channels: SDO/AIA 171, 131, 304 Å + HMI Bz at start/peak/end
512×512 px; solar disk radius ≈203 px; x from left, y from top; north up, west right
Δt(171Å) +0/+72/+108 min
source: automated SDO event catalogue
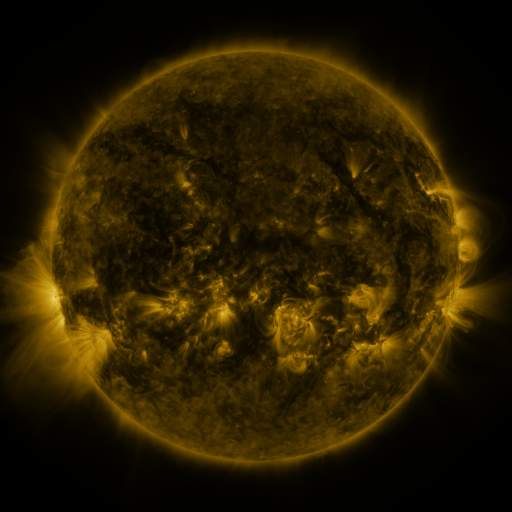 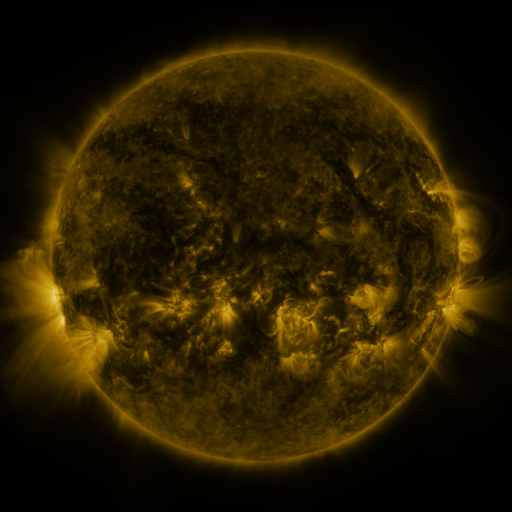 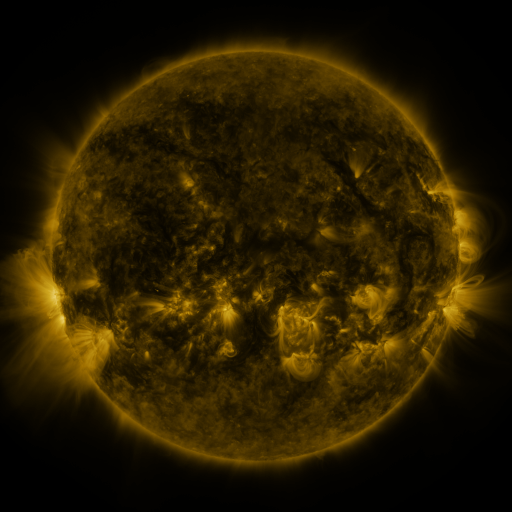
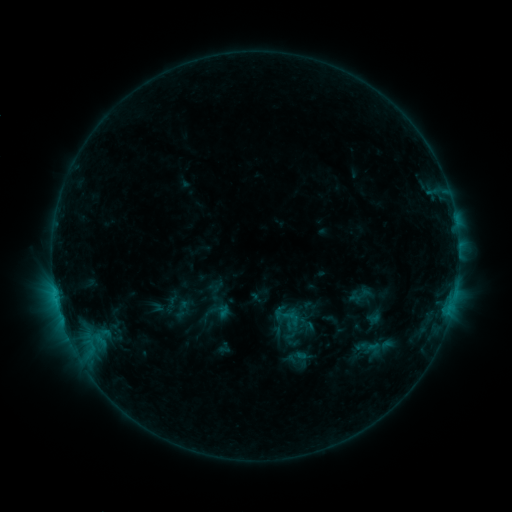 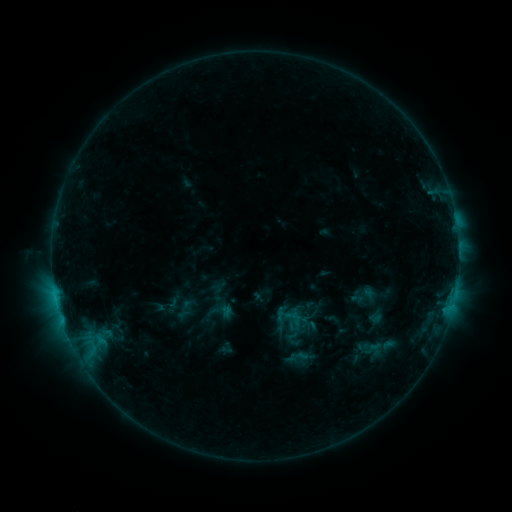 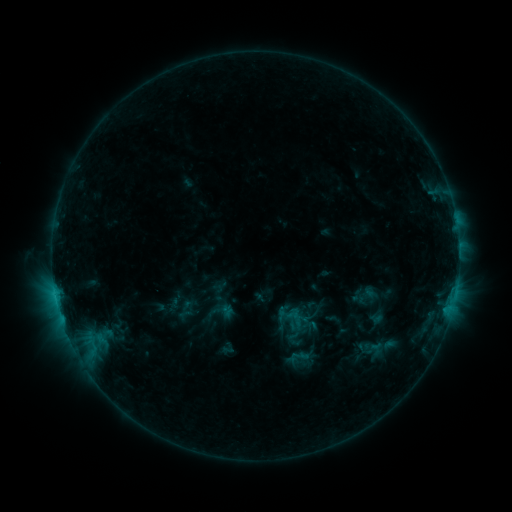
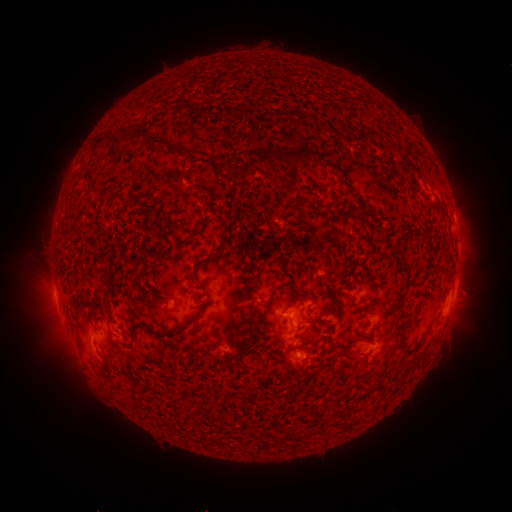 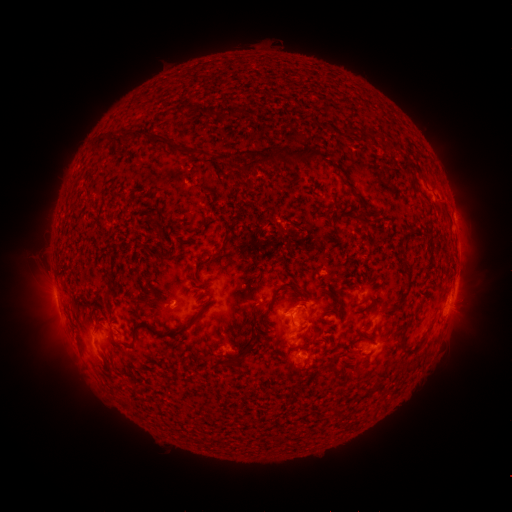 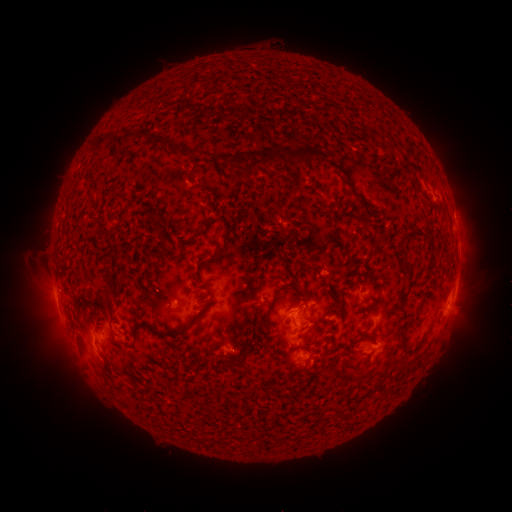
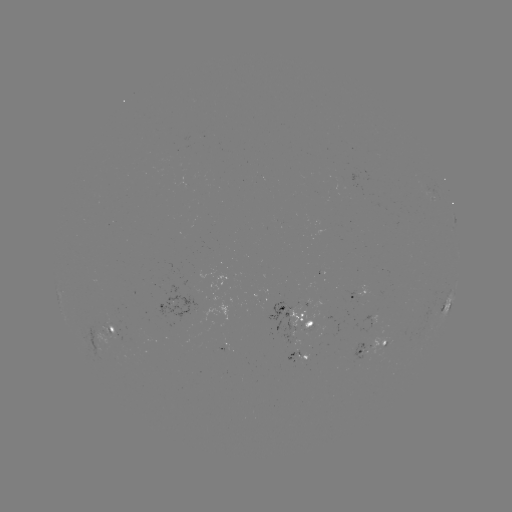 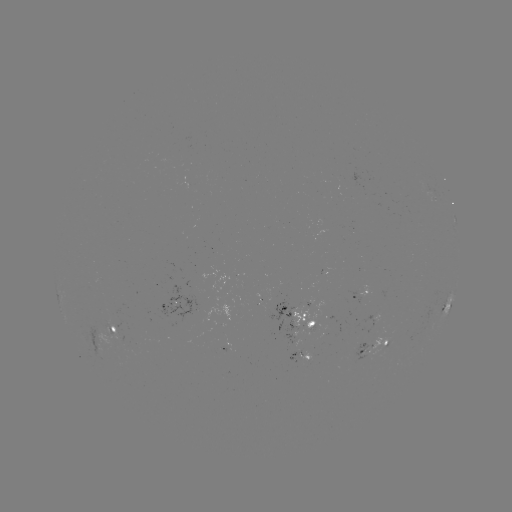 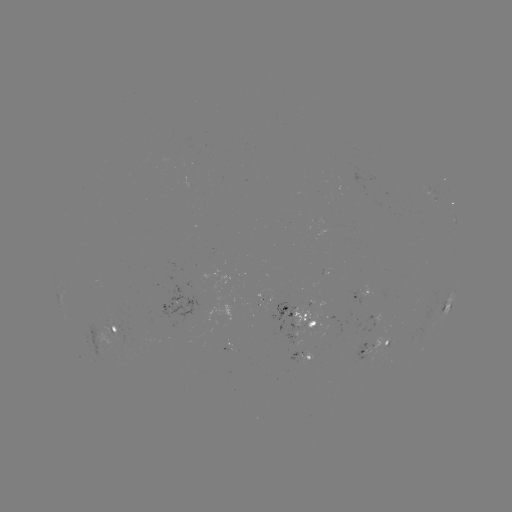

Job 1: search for emerging-flux region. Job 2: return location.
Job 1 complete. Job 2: (362, 289).